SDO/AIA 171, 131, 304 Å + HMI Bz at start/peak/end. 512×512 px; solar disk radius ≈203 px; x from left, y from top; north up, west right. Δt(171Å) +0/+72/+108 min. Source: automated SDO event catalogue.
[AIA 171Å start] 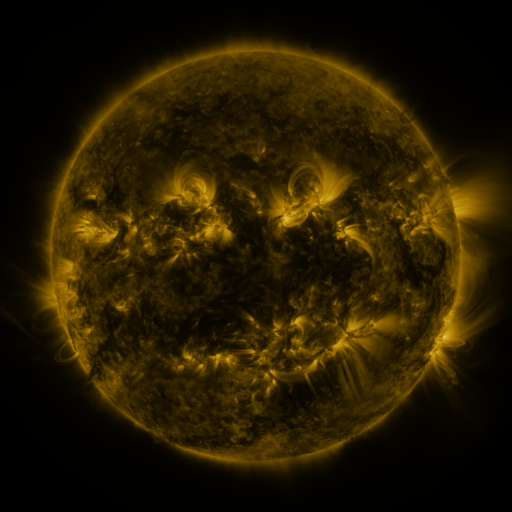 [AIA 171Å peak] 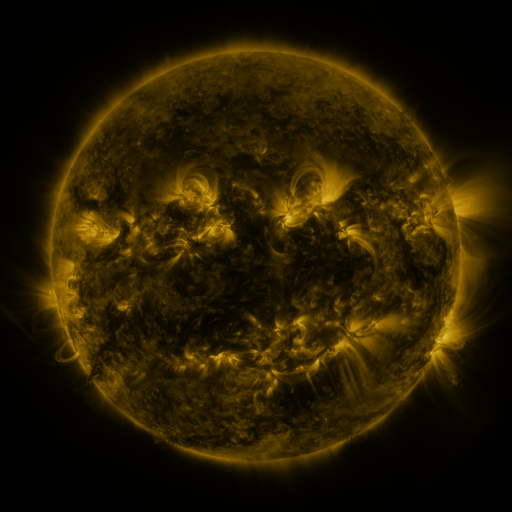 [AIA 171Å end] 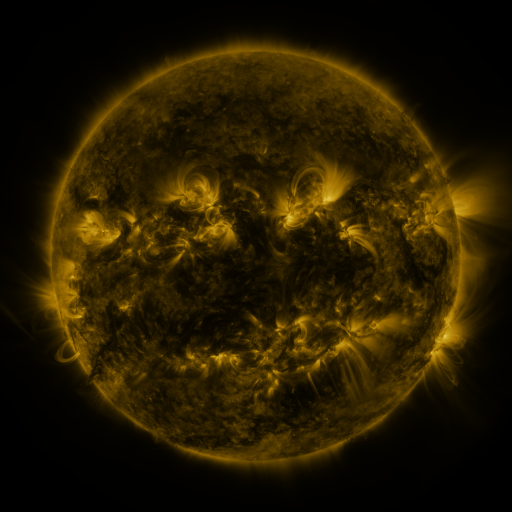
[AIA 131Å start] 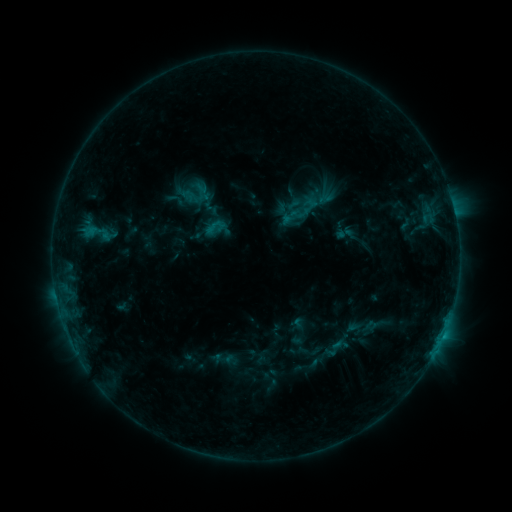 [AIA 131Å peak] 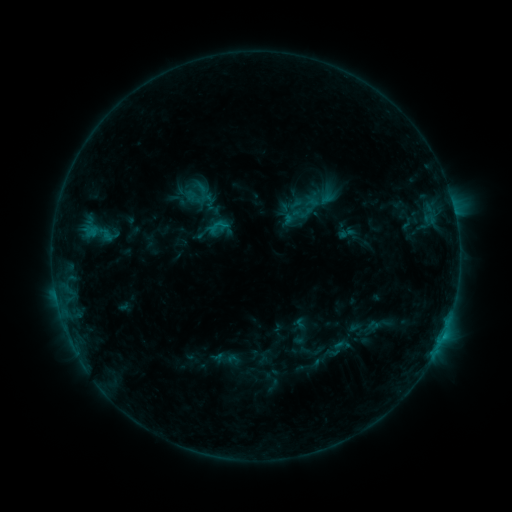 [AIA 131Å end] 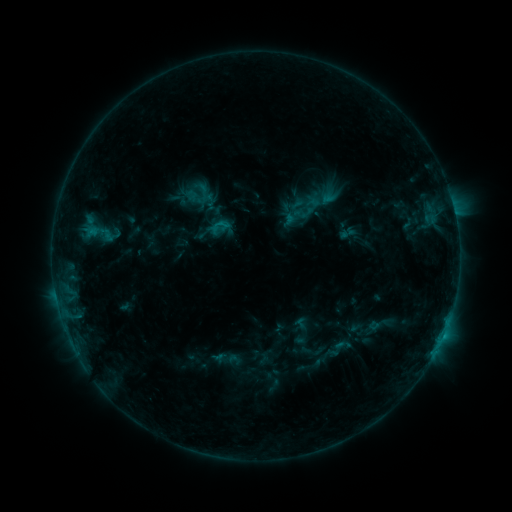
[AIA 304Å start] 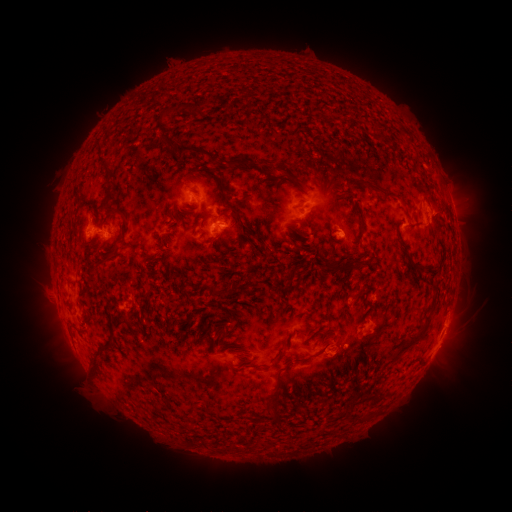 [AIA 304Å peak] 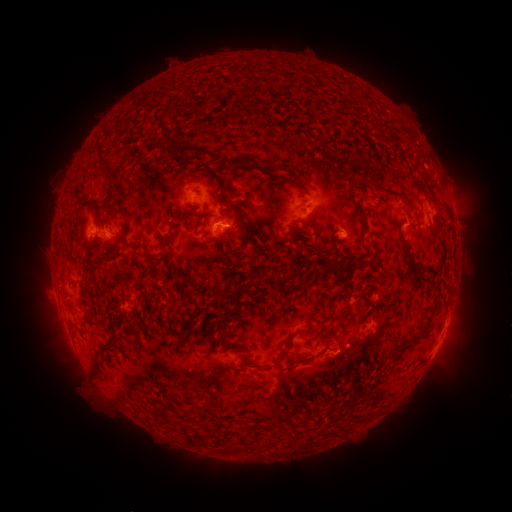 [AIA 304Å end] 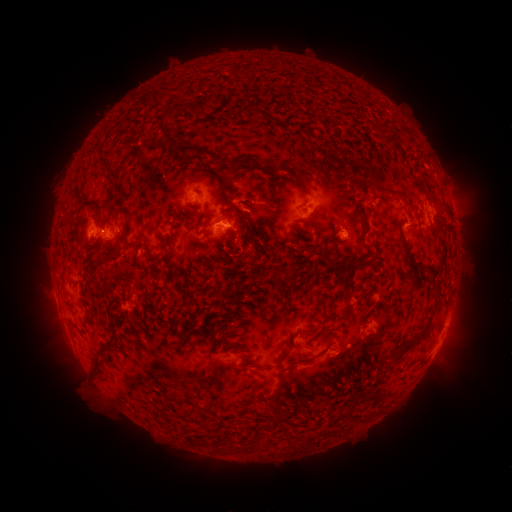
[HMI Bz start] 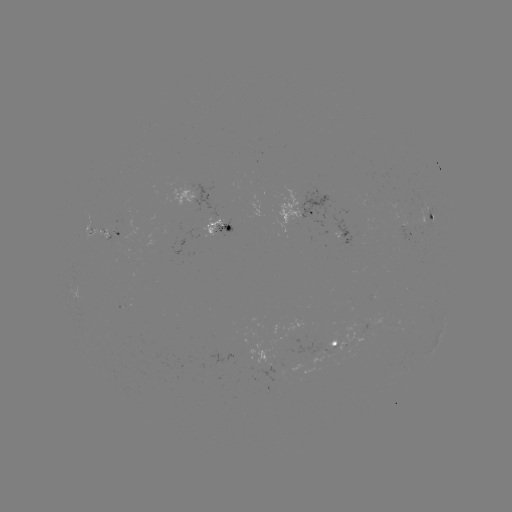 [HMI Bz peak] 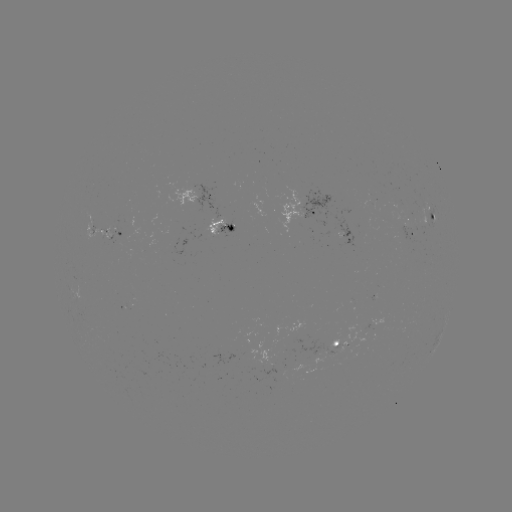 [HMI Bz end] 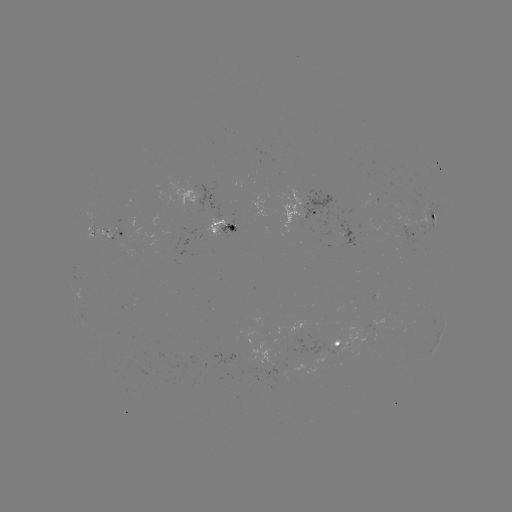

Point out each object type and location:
emerging-flux region: (395, 201)
